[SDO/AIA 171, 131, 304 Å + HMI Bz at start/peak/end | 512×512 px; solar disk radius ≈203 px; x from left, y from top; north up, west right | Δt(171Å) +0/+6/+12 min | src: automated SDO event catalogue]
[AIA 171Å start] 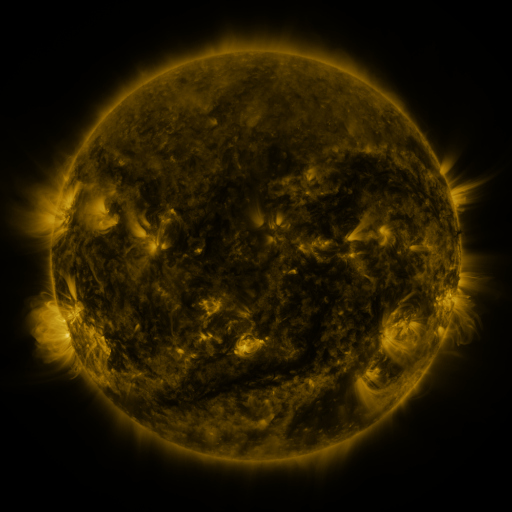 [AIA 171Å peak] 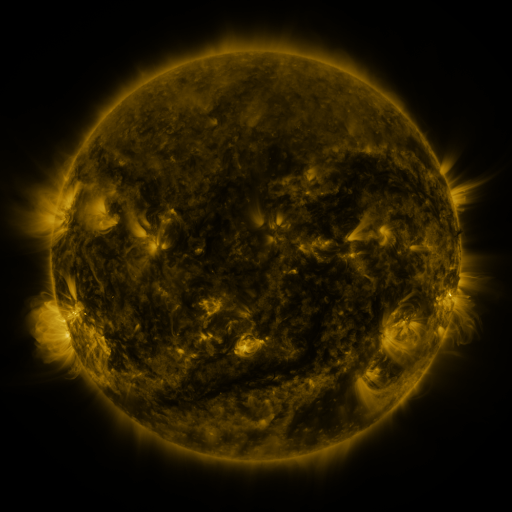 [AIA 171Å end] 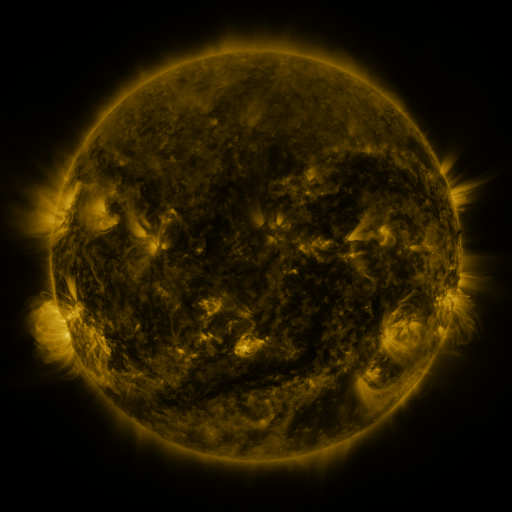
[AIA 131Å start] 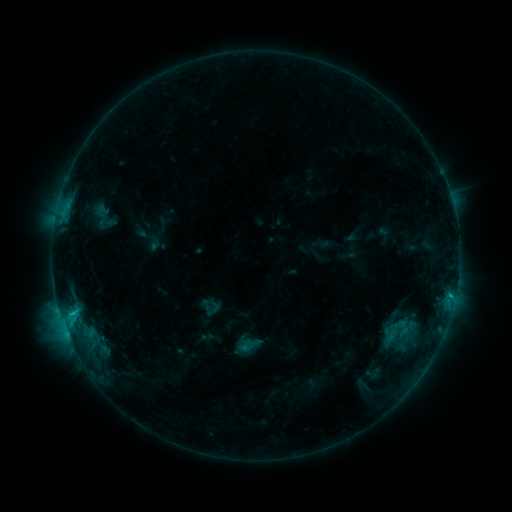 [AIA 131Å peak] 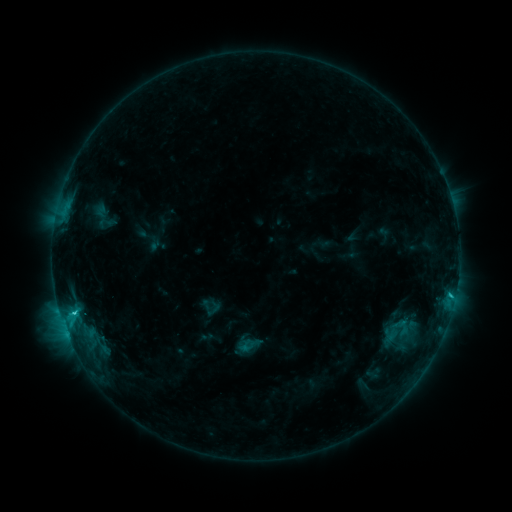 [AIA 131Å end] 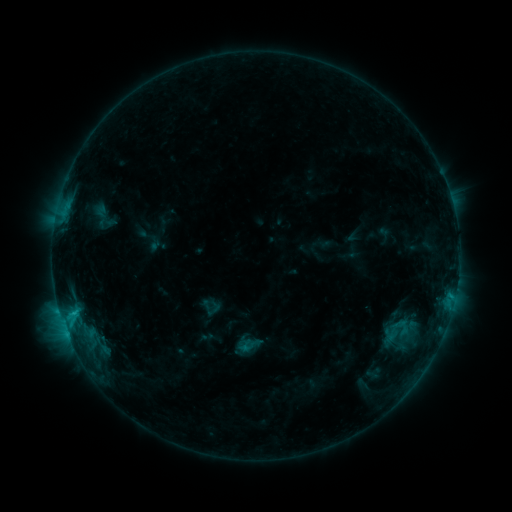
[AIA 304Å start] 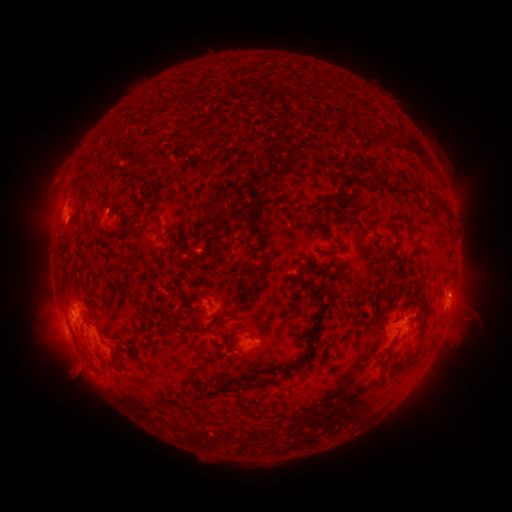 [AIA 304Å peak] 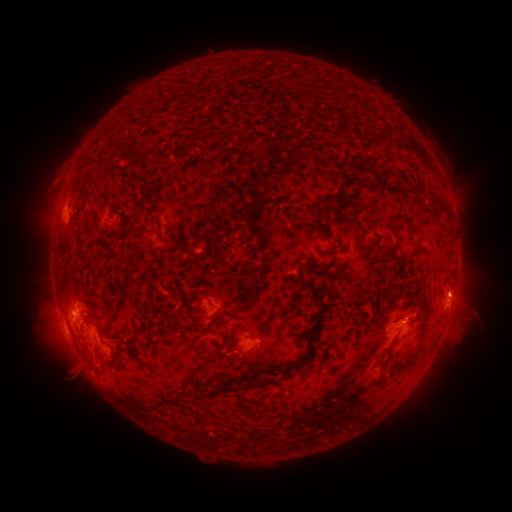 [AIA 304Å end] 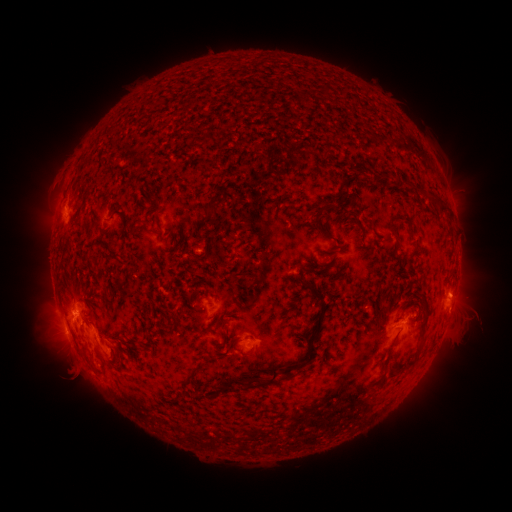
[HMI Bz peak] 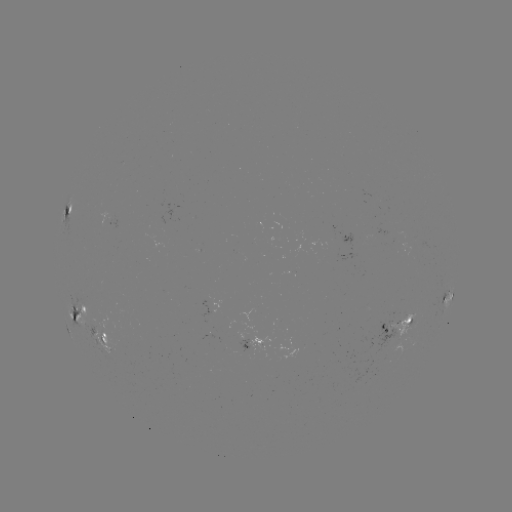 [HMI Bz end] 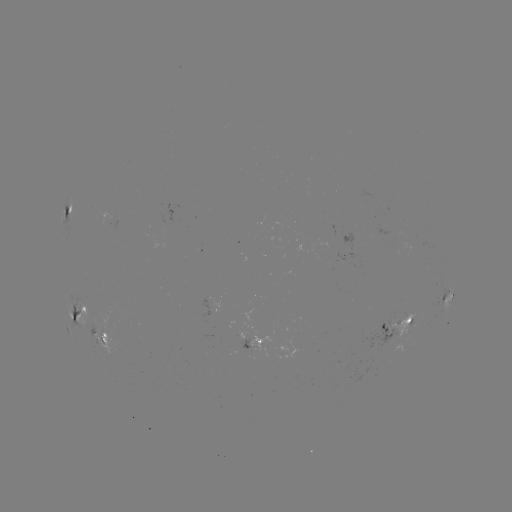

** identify C1.6 flare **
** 450,293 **